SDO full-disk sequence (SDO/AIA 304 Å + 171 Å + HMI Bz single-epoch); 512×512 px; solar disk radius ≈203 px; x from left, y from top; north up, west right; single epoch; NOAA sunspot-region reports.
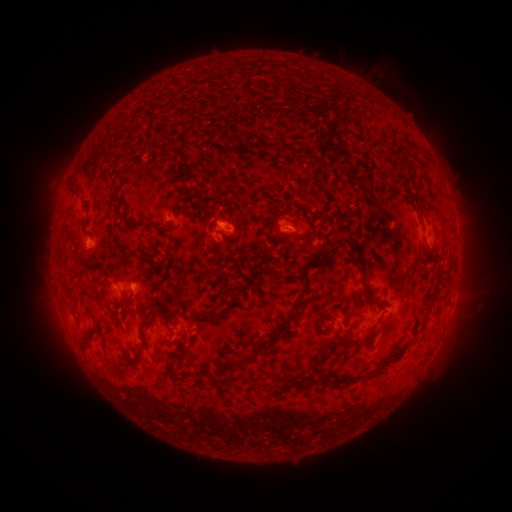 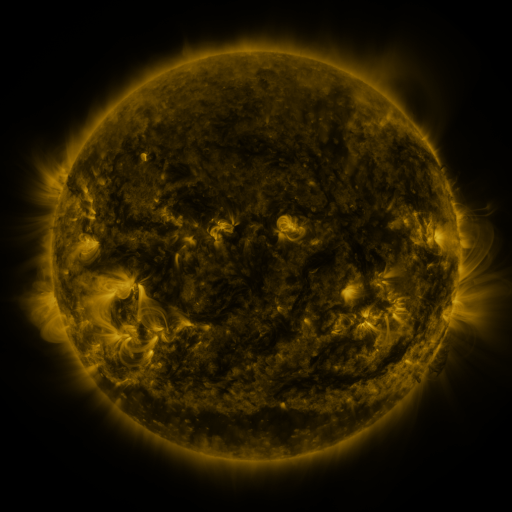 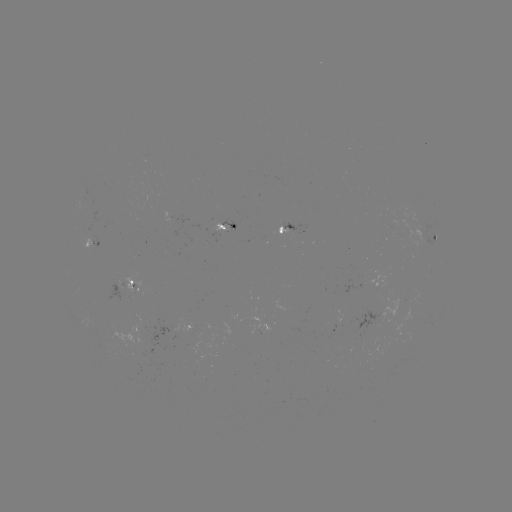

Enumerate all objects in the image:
spotted active region: (228, 228)
spotted active region: (294, 228)
spotted active region: (436, 238)
spotted active region: (98, 244)
spotted active region: (133, 285)
spotted active region: (188, 325)
